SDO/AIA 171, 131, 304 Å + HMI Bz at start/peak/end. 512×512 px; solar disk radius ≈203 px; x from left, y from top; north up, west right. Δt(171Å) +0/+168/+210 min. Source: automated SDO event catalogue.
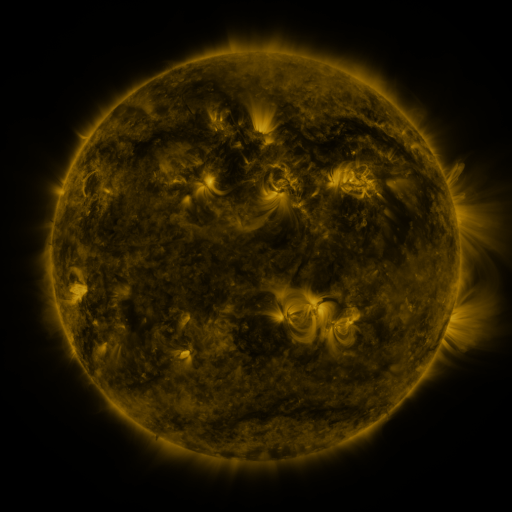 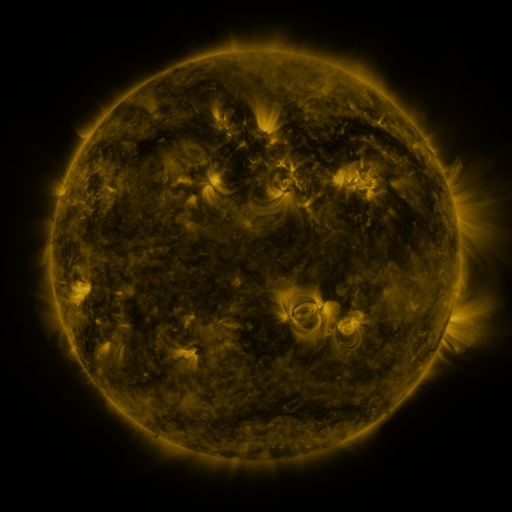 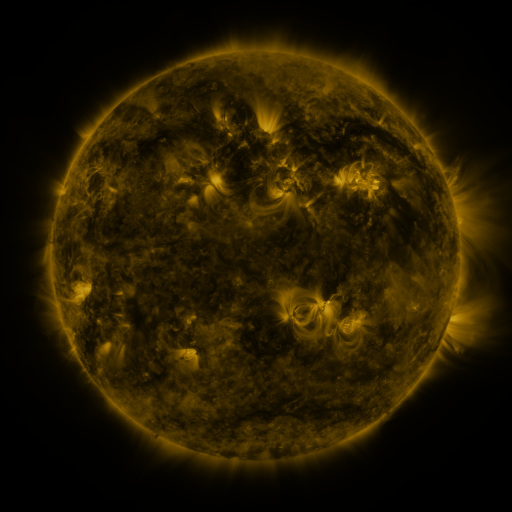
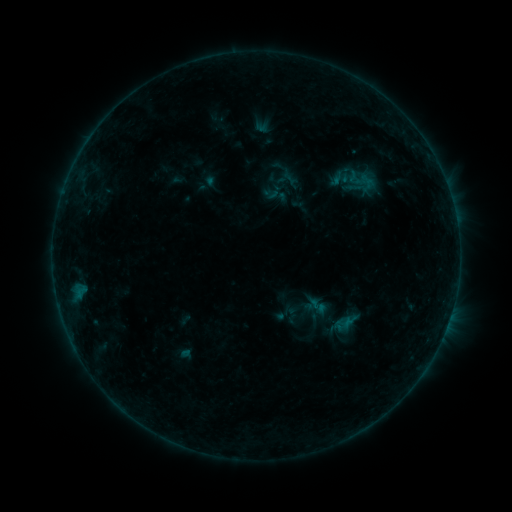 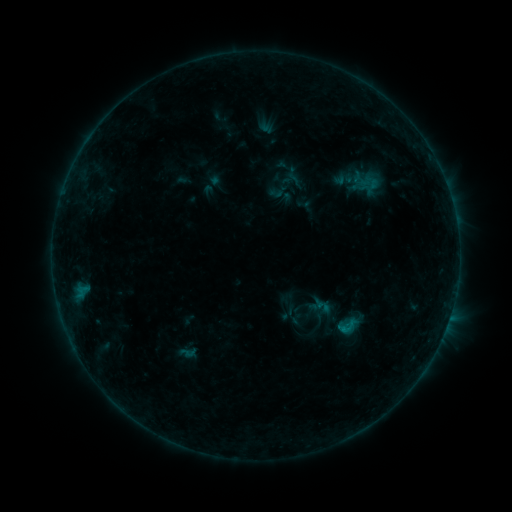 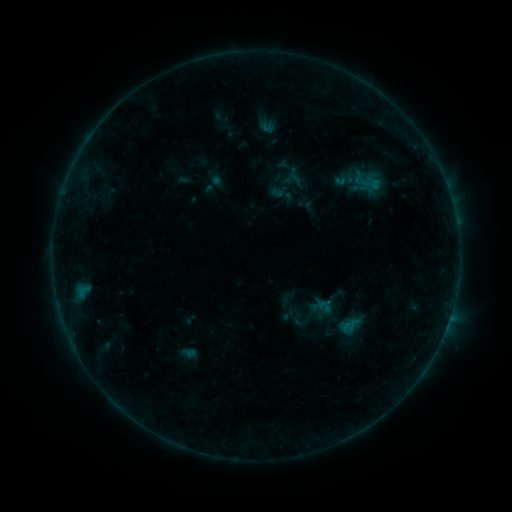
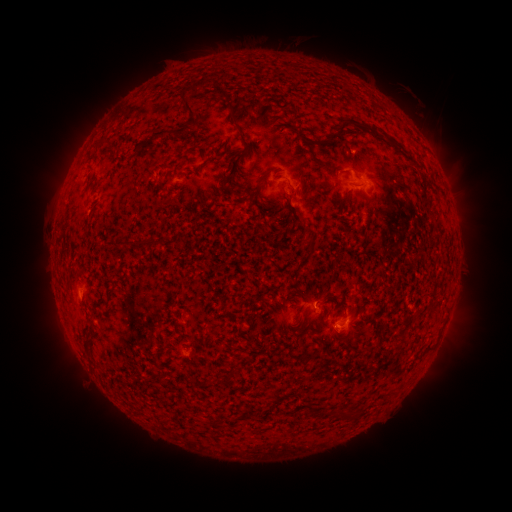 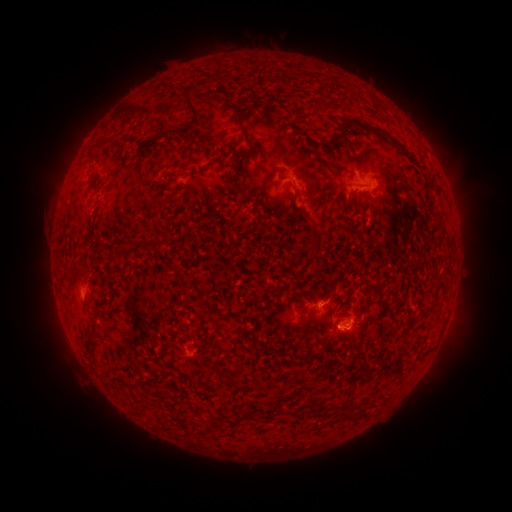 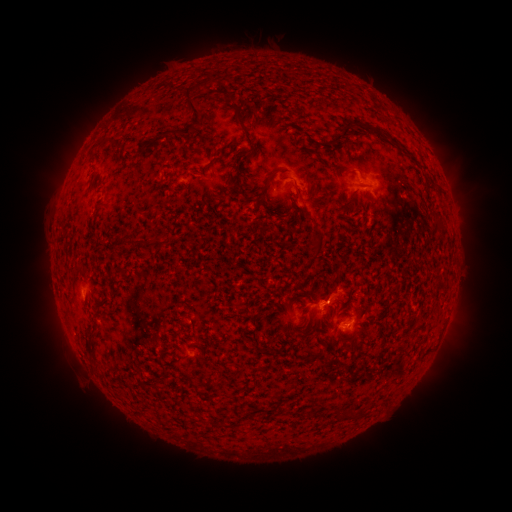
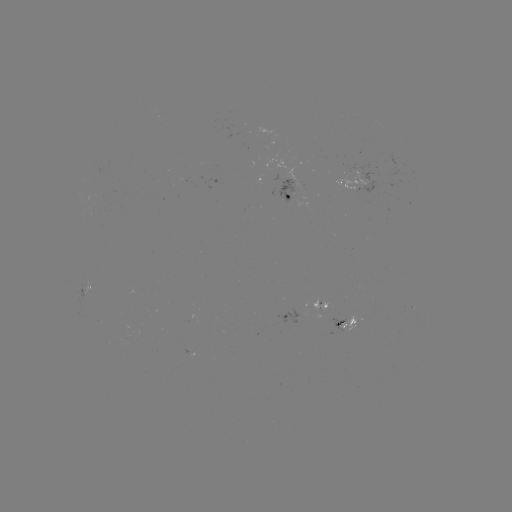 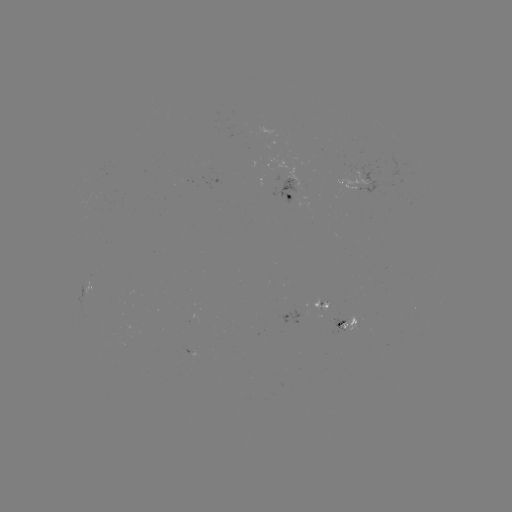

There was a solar flare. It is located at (344, 328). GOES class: B3.8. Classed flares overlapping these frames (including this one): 1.